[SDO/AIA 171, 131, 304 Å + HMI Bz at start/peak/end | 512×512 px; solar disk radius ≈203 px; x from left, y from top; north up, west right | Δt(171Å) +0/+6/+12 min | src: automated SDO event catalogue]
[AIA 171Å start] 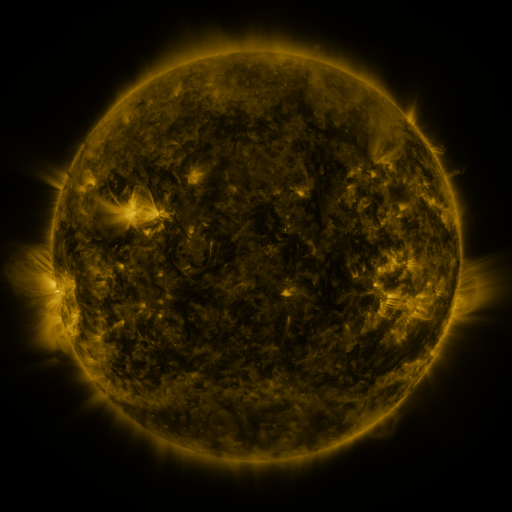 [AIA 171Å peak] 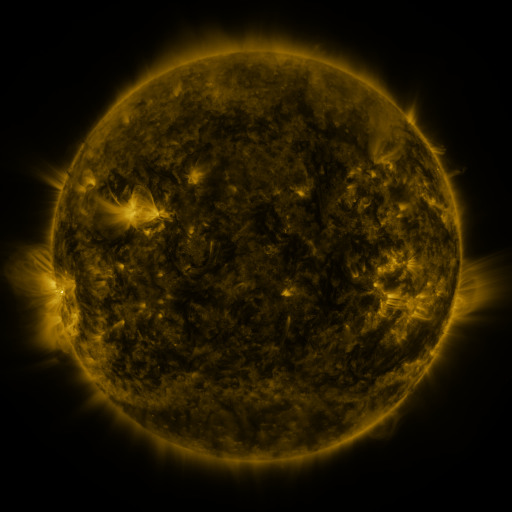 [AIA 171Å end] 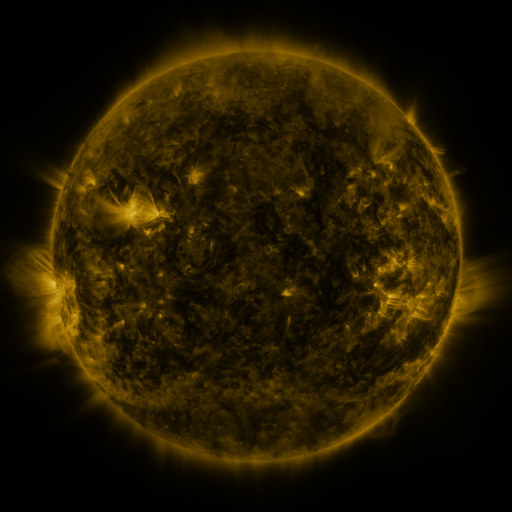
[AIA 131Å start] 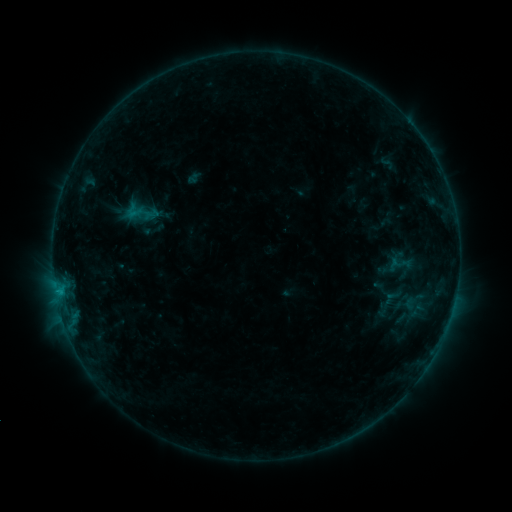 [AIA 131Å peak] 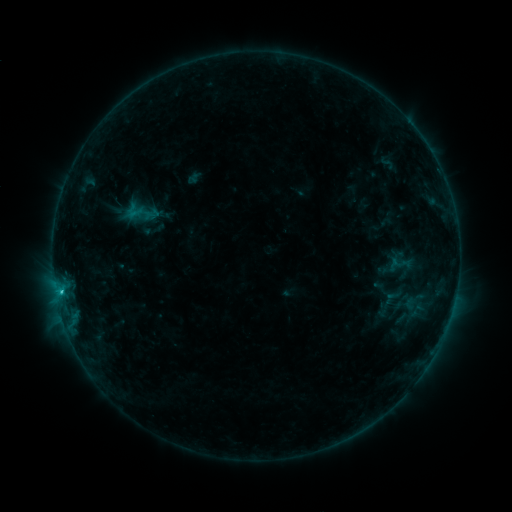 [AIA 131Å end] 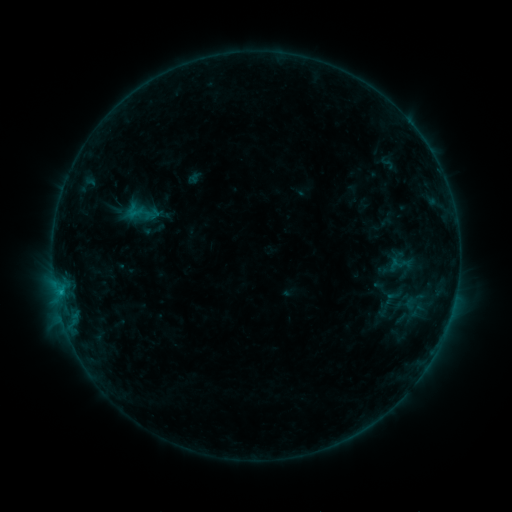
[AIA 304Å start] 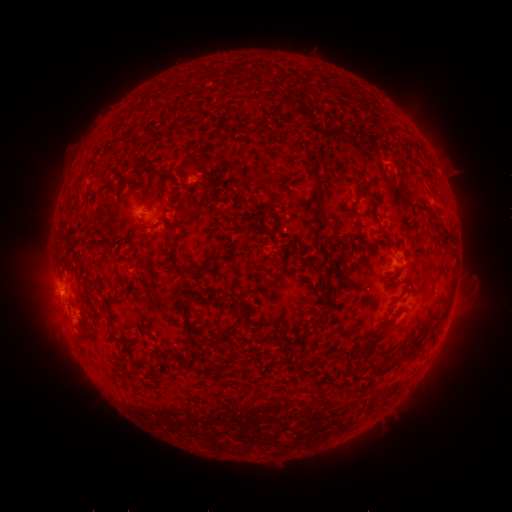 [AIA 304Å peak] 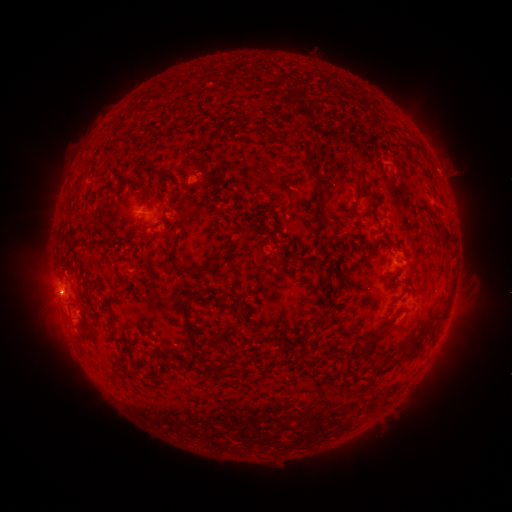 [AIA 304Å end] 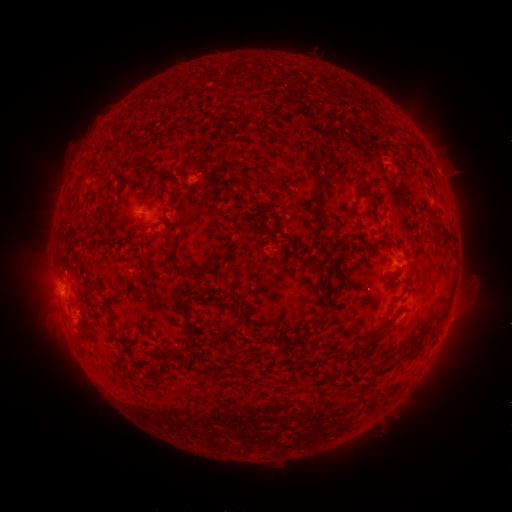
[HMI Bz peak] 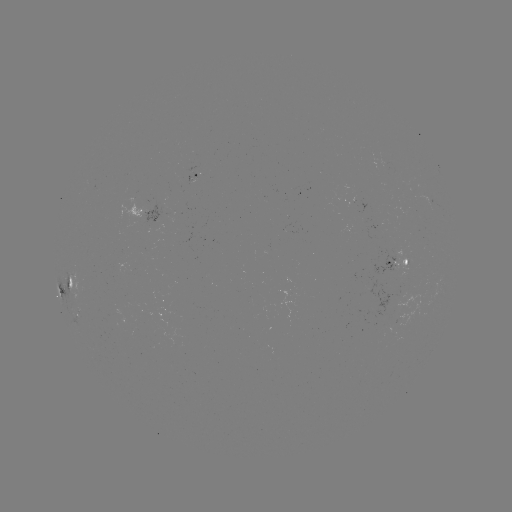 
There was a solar flare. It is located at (62, 290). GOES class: B7.8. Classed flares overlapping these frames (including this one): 1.